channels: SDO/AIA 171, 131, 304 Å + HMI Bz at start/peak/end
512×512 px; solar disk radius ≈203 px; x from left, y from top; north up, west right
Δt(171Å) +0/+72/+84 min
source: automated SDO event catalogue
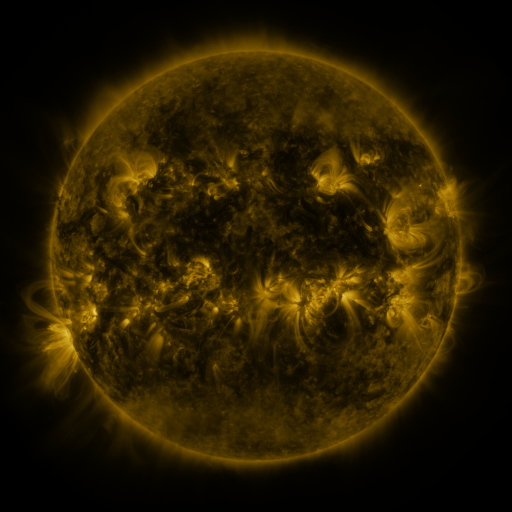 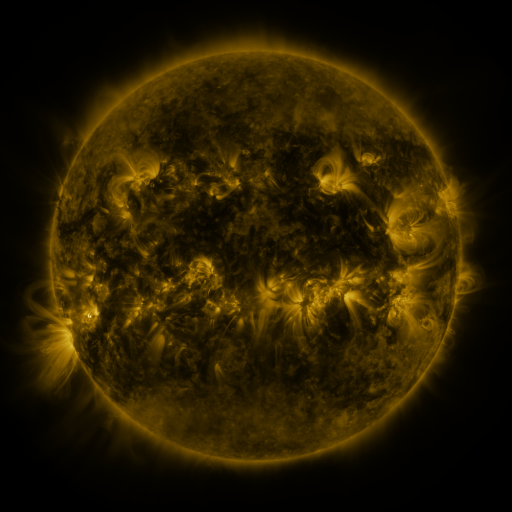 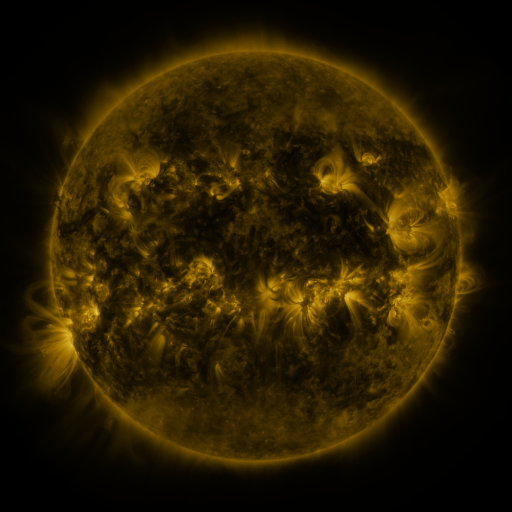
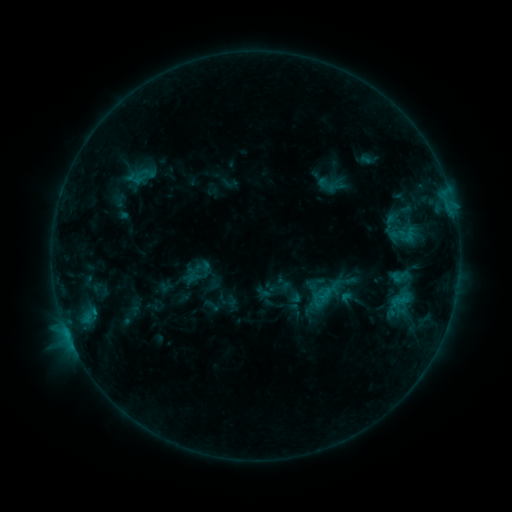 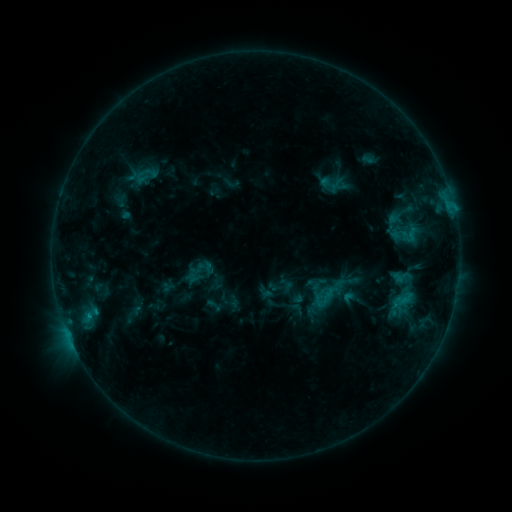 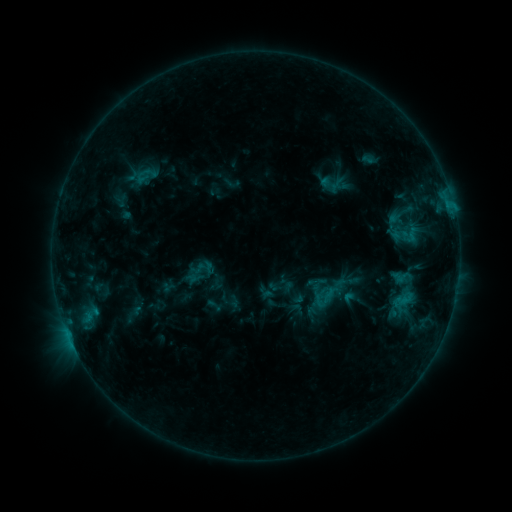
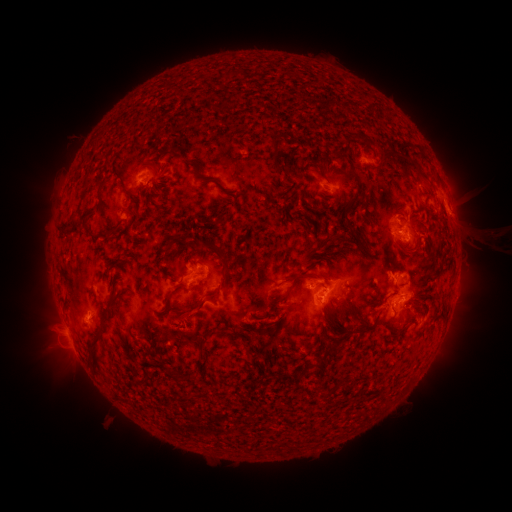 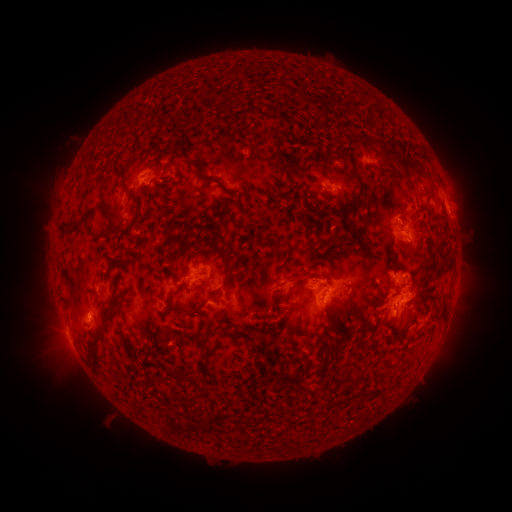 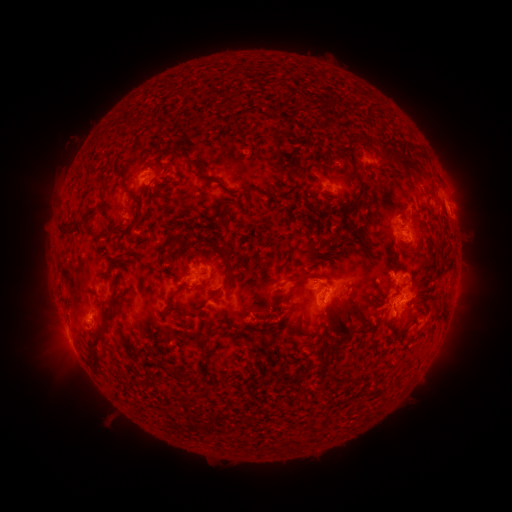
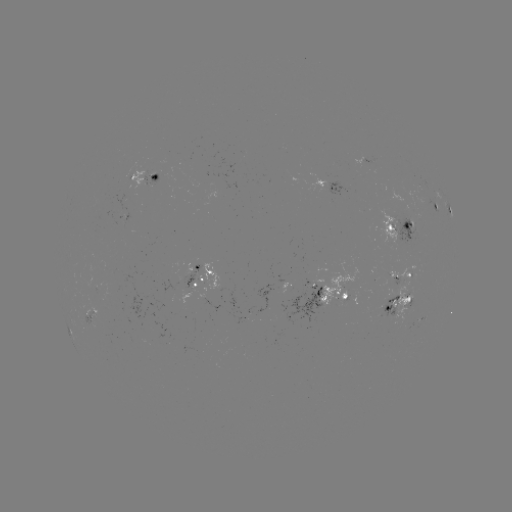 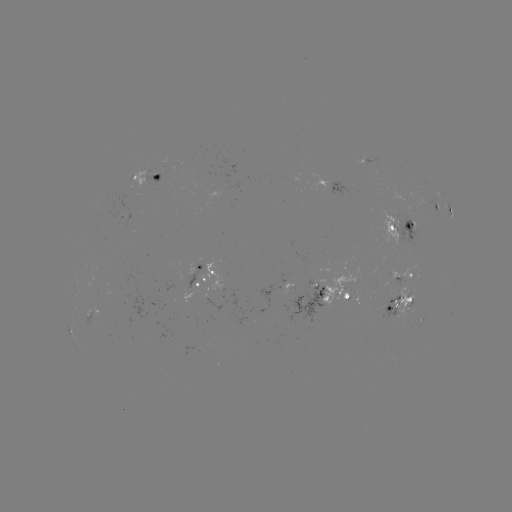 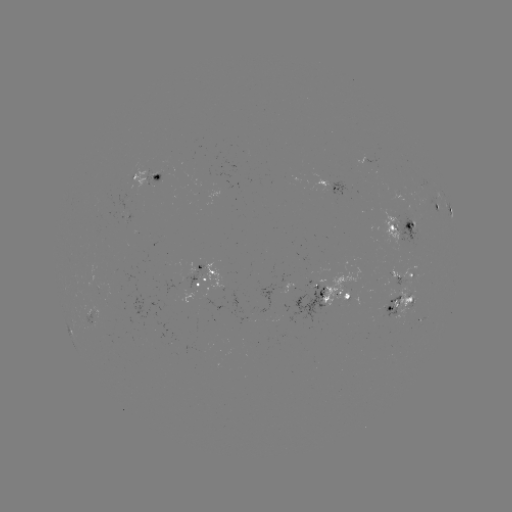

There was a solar emerging-flux region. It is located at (411, 209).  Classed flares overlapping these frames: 2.